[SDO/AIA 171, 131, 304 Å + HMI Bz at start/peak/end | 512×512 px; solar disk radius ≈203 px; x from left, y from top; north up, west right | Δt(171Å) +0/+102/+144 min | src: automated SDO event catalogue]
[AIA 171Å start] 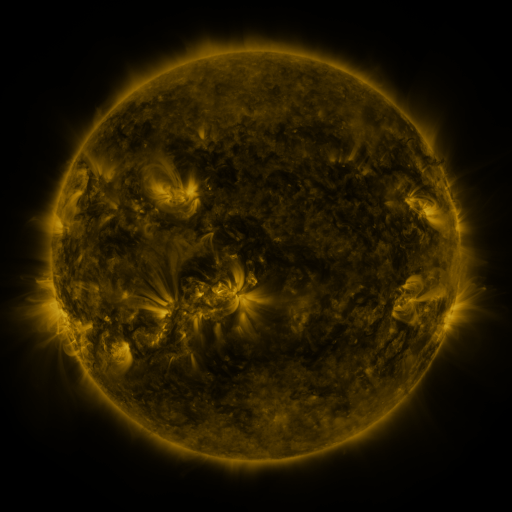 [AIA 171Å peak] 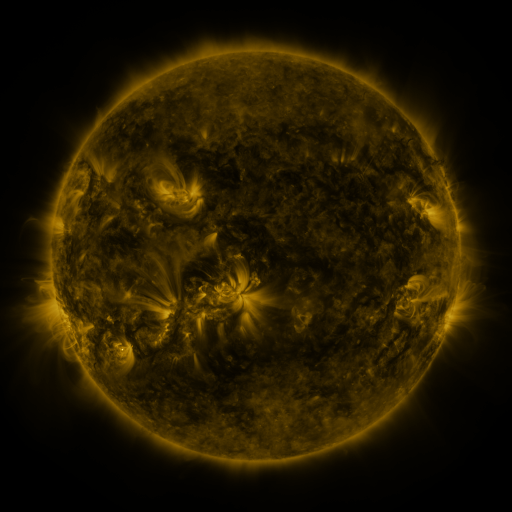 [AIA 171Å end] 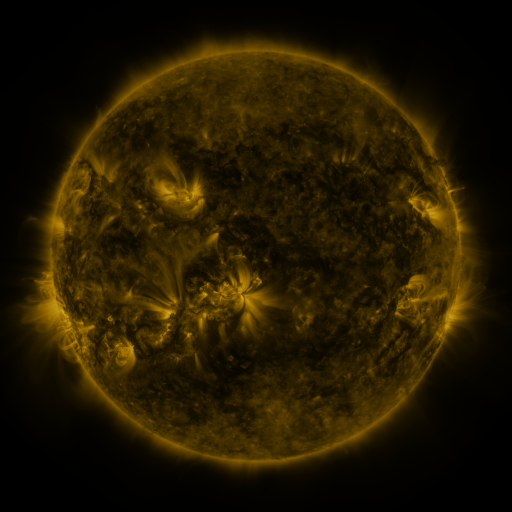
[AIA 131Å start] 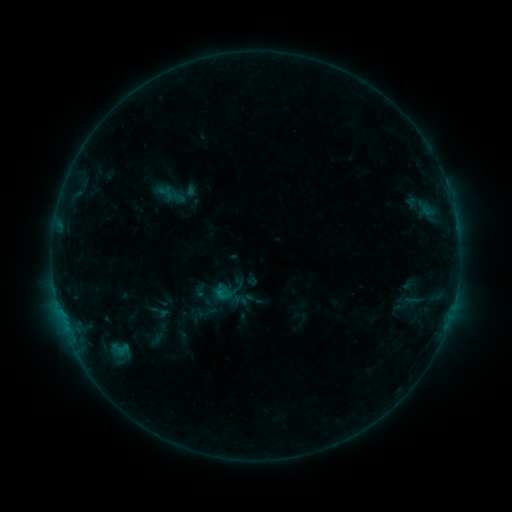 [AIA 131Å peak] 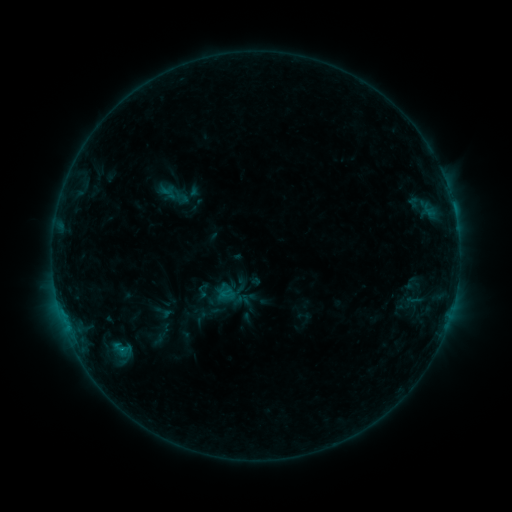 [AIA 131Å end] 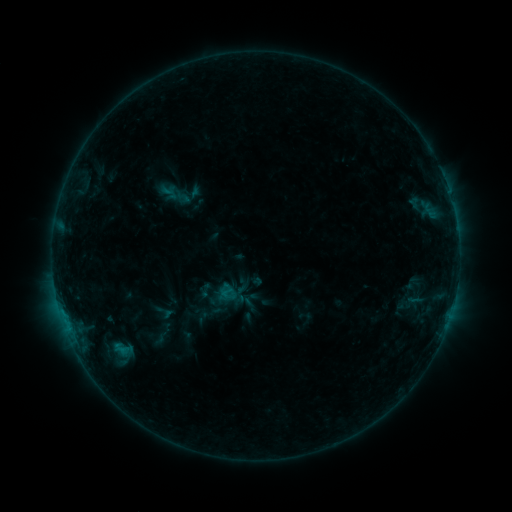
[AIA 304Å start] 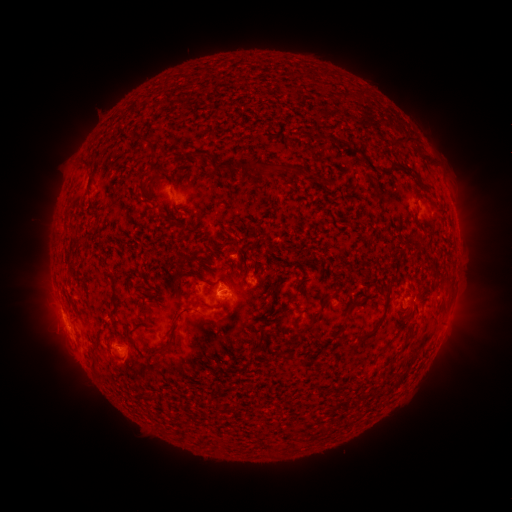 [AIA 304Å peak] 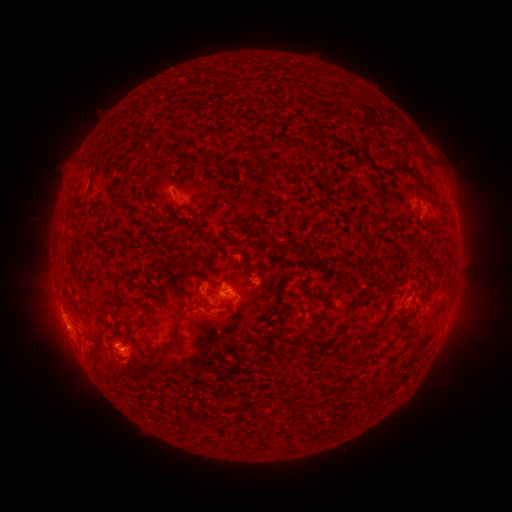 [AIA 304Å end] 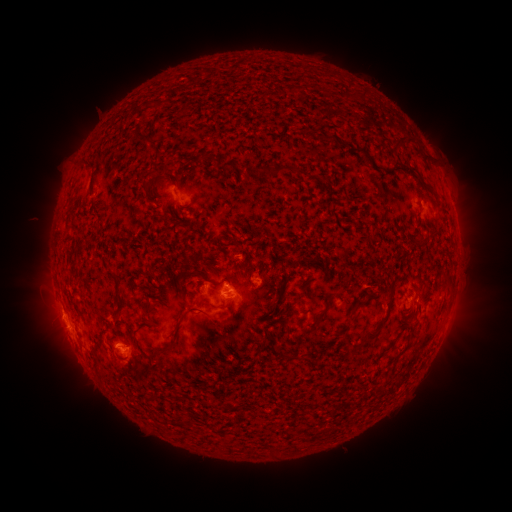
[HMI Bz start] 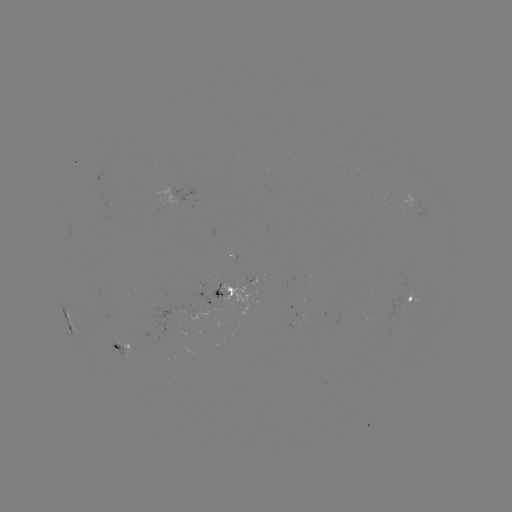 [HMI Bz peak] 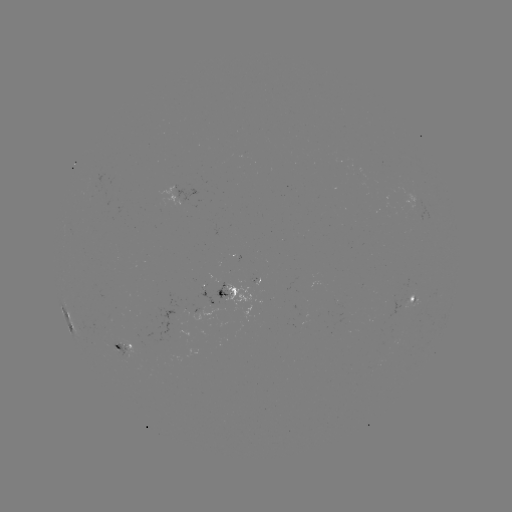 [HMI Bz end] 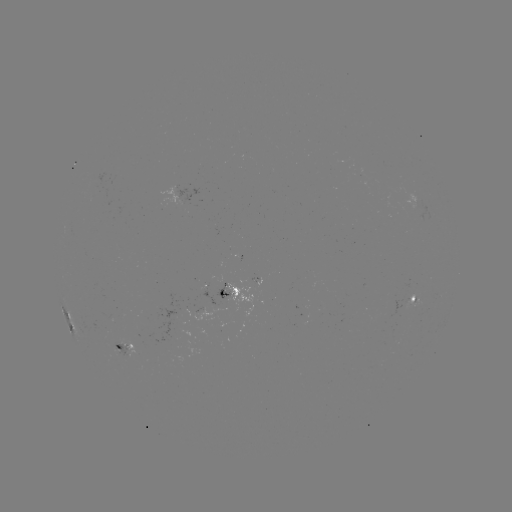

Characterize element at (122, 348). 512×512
C1.4 flare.